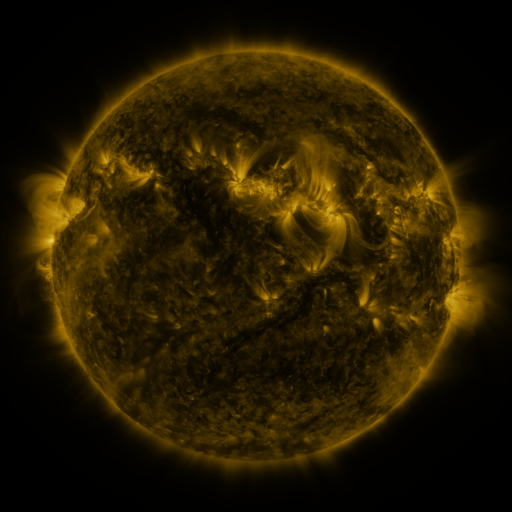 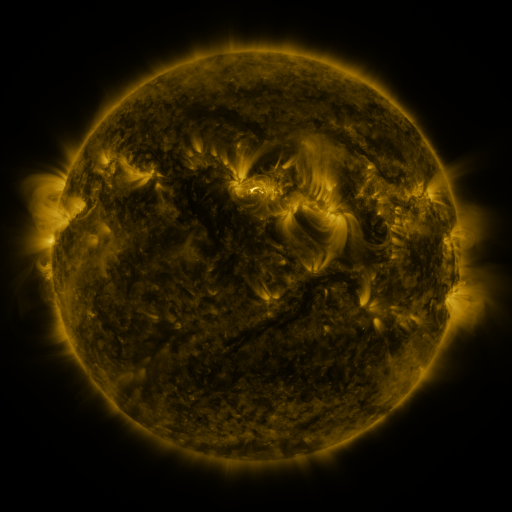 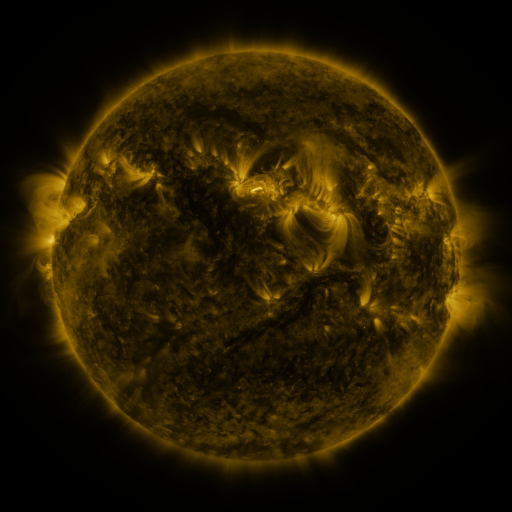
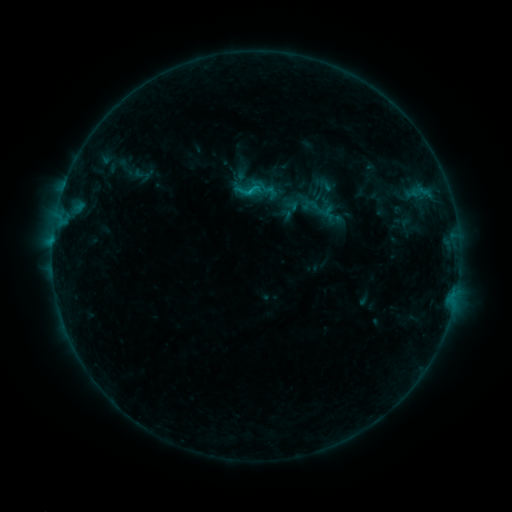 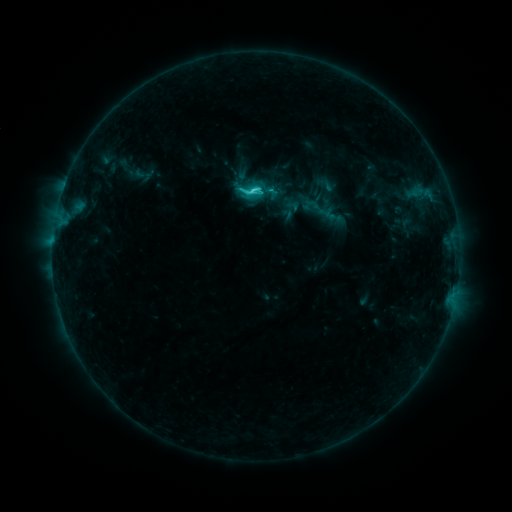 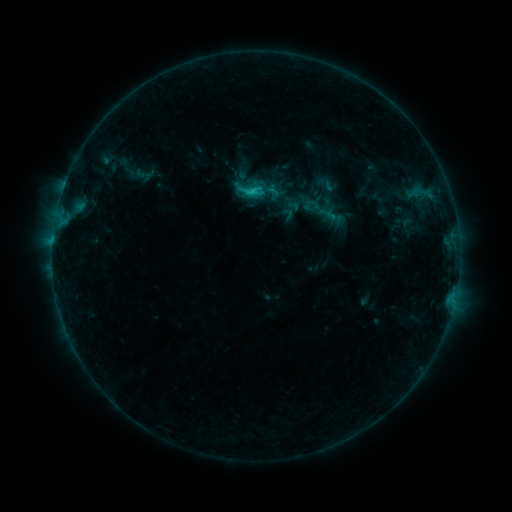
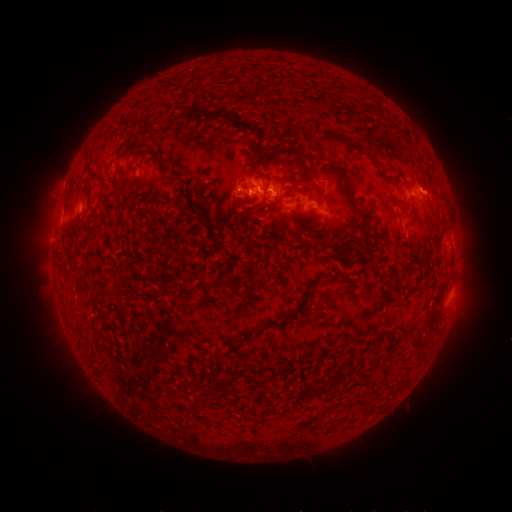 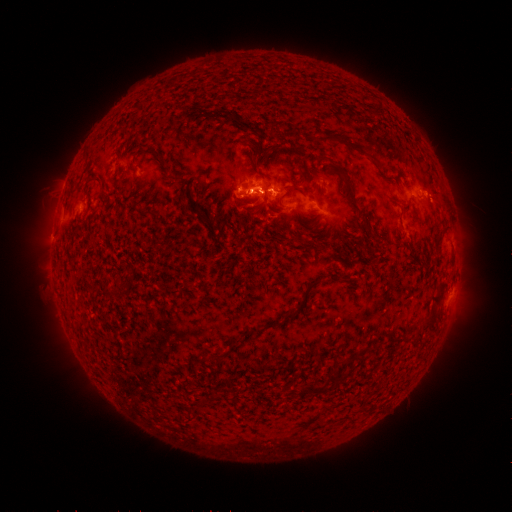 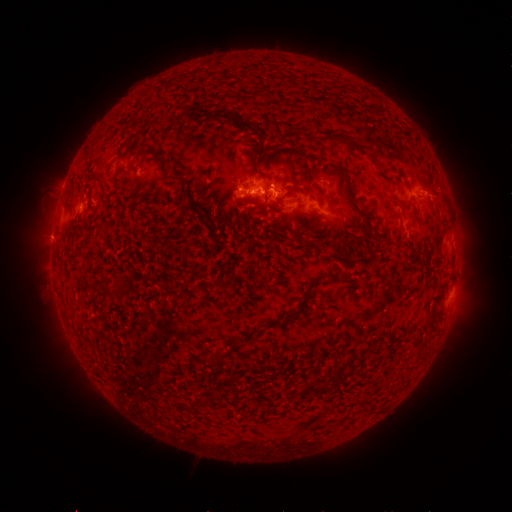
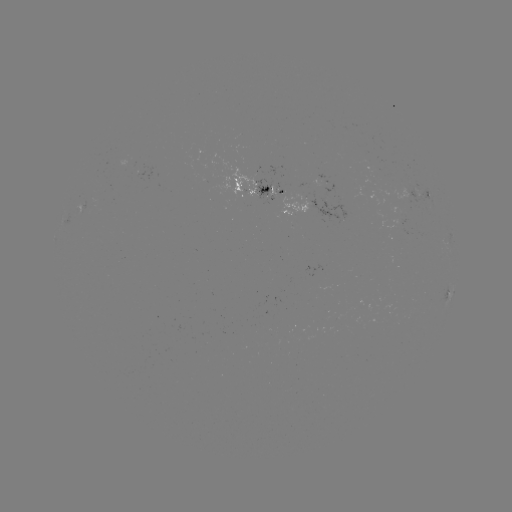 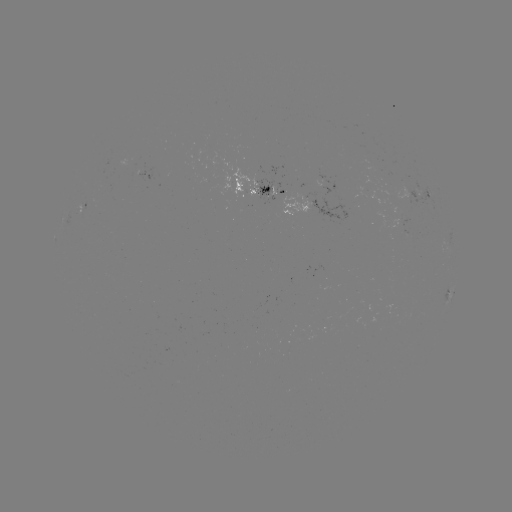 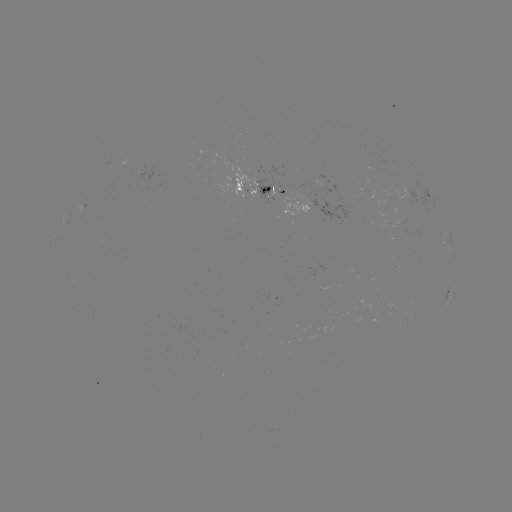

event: flare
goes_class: C2.6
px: (256, 194)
